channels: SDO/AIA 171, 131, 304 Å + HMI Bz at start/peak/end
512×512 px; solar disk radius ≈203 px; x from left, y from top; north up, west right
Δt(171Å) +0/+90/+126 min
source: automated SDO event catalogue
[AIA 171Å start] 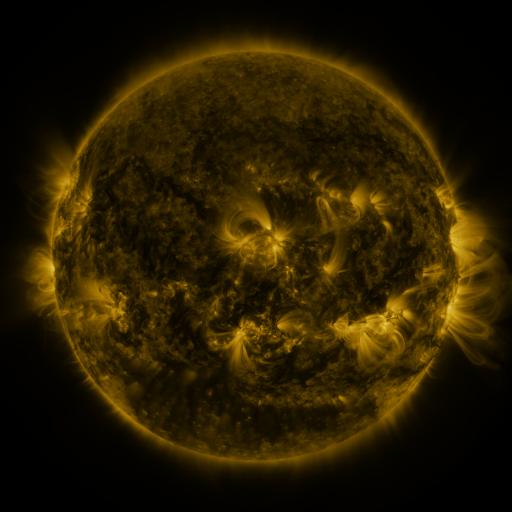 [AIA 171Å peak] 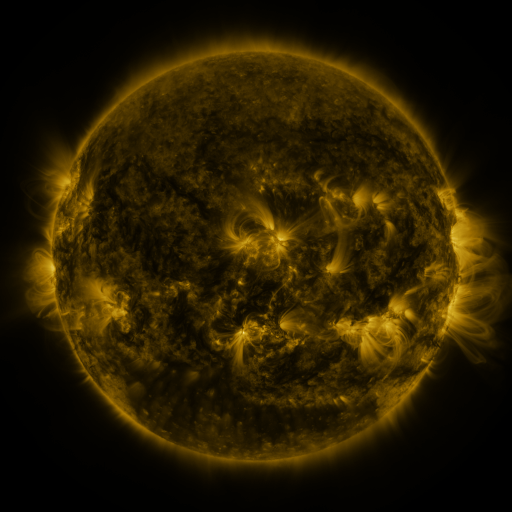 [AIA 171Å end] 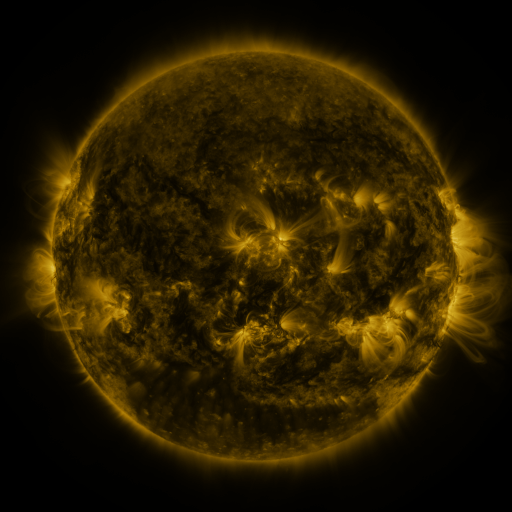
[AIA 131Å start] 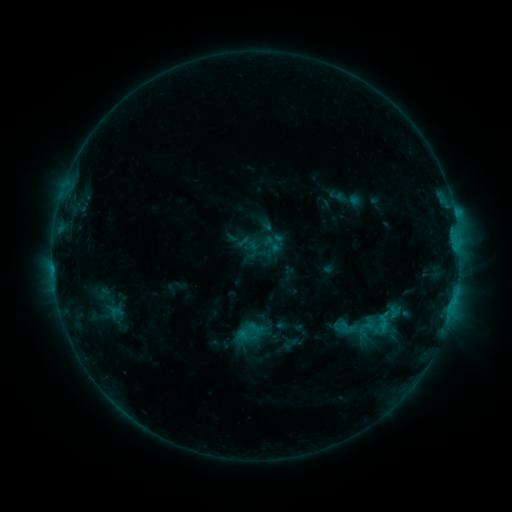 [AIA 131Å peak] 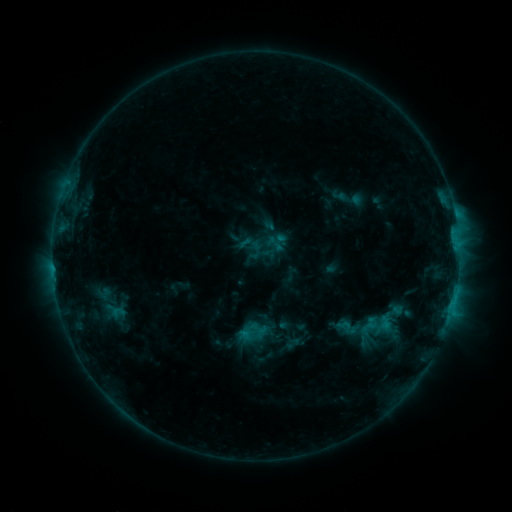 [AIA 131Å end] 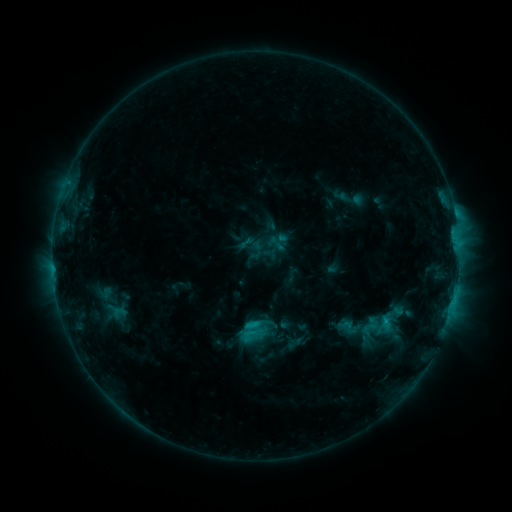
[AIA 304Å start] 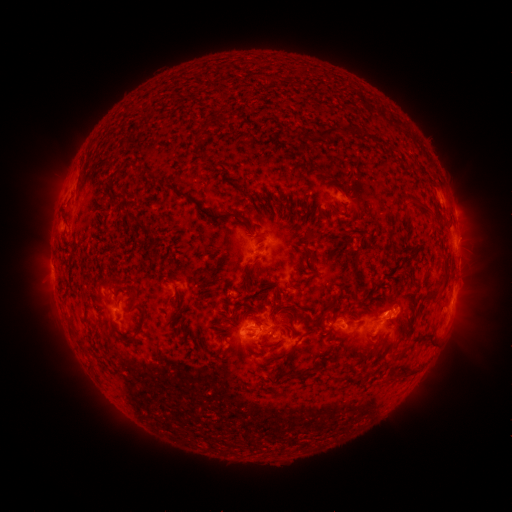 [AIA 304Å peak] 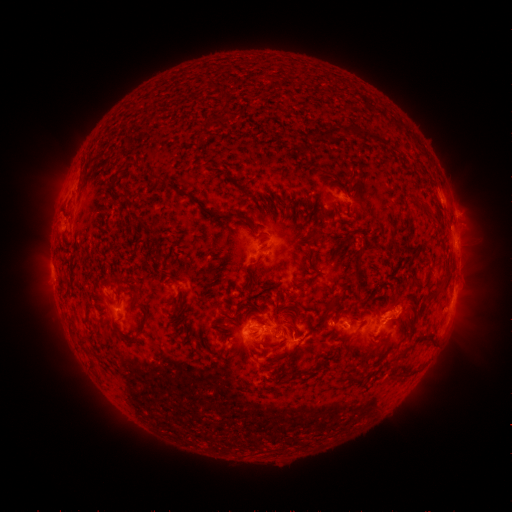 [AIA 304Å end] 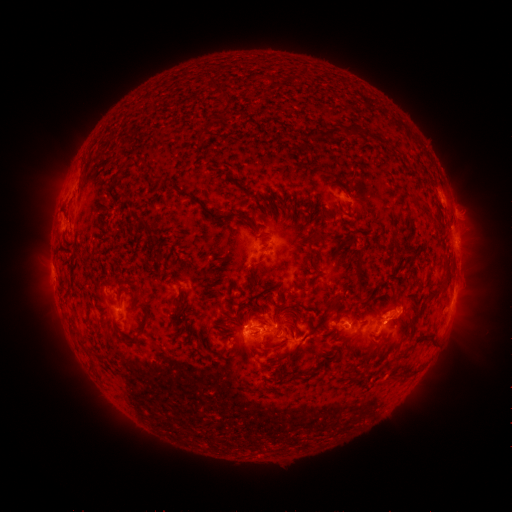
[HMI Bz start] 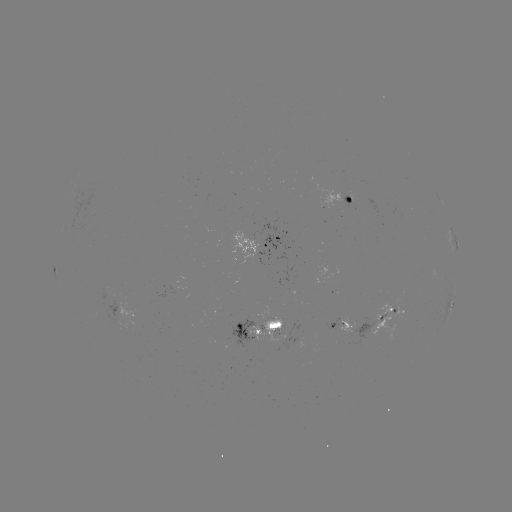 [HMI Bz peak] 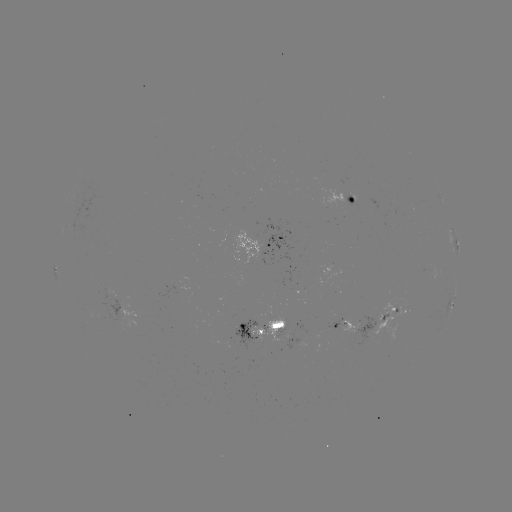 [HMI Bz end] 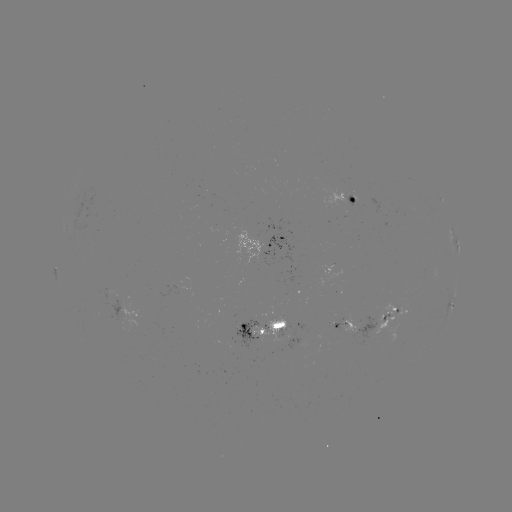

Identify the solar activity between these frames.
emerging-flux region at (334, 324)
